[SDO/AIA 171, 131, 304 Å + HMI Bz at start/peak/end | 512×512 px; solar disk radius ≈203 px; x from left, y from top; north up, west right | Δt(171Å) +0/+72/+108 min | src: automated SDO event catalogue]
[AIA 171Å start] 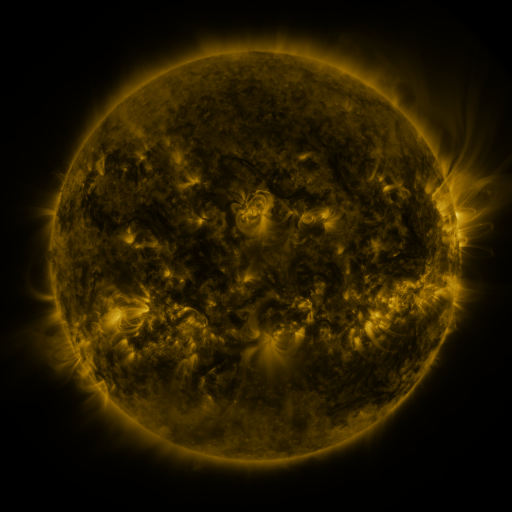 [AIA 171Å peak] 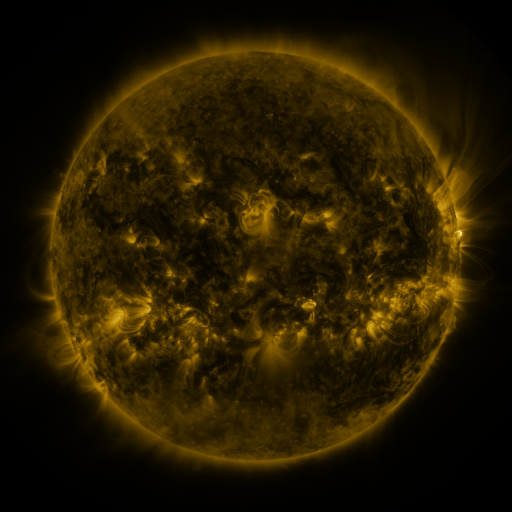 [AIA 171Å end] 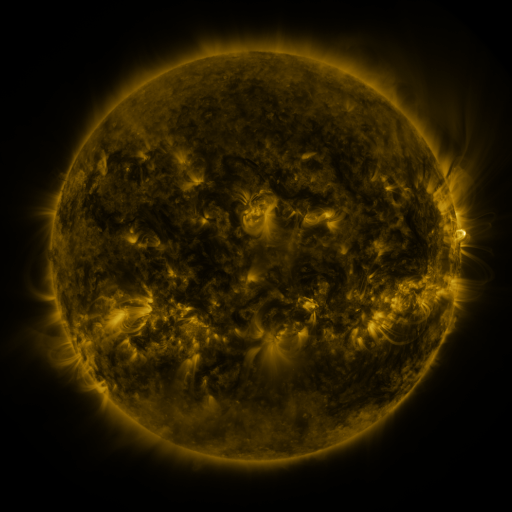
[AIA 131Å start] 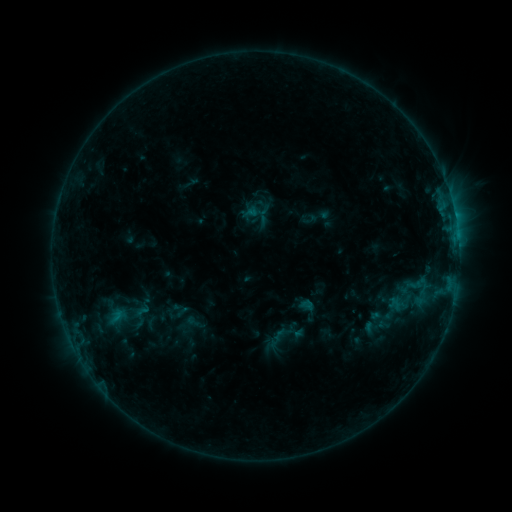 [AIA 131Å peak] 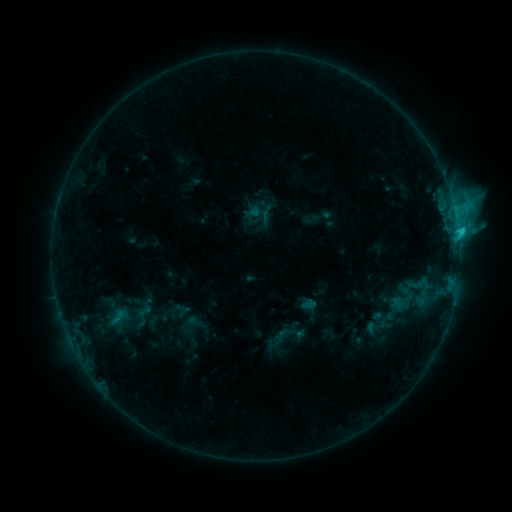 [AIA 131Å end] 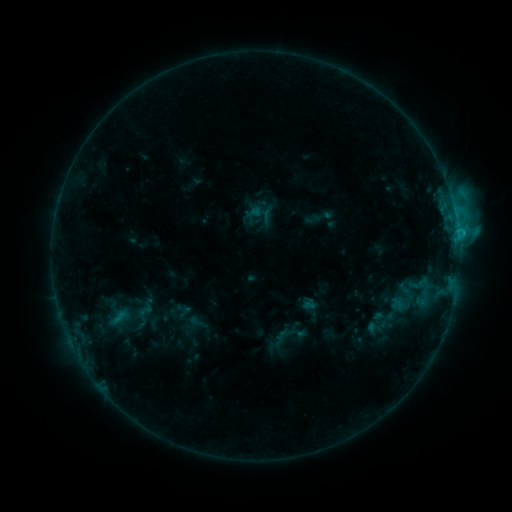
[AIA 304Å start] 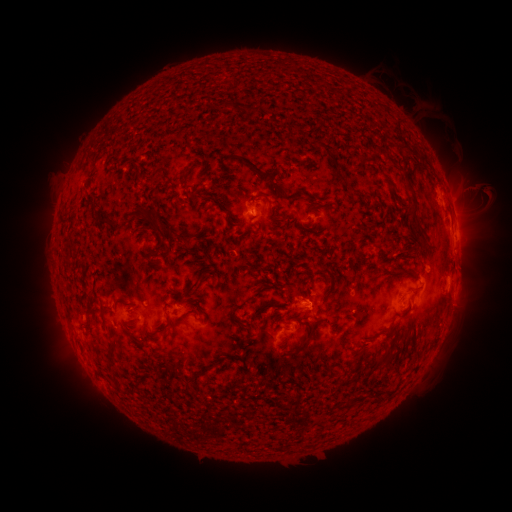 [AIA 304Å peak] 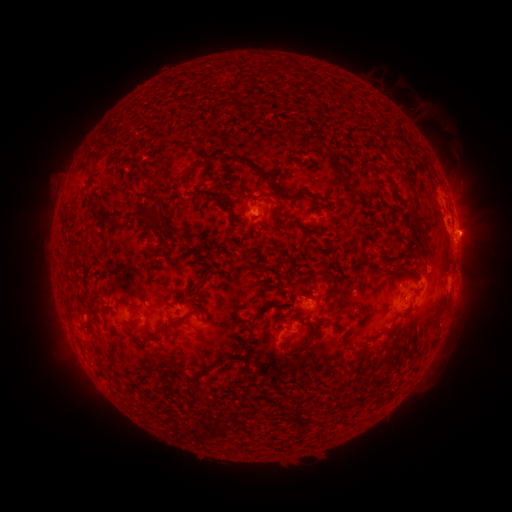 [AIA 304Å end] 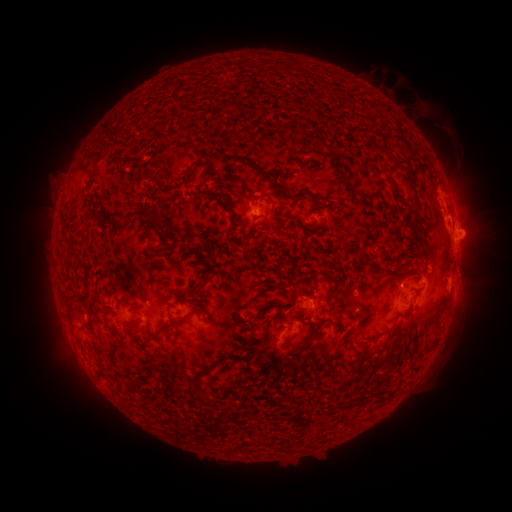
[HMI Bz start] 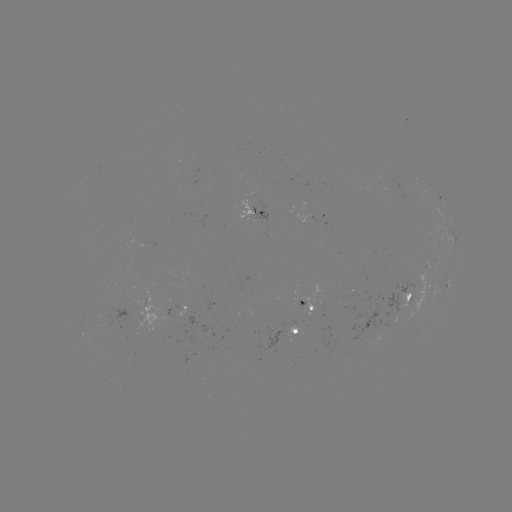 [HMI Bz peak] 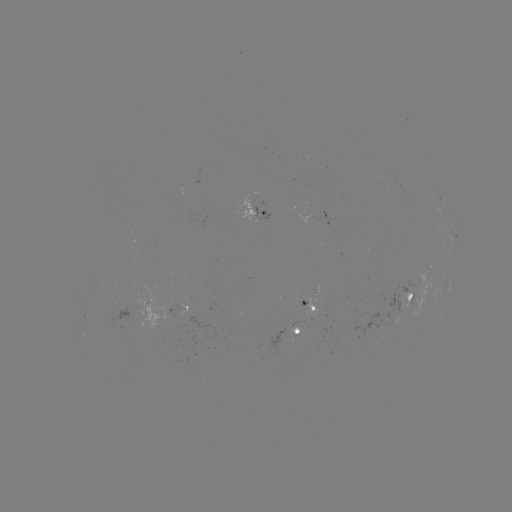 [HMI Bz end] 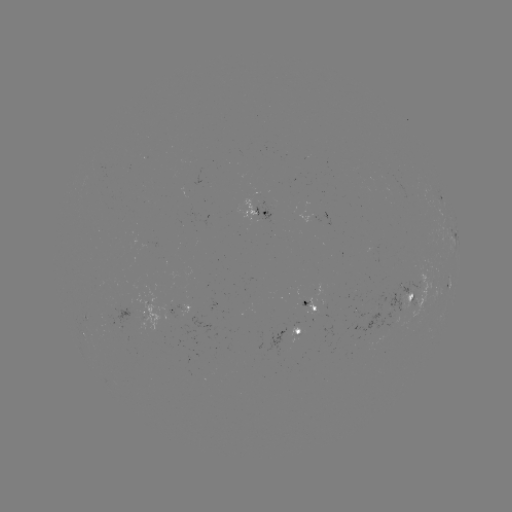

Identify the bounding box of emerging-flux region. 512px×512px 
[181, 271, 206, 290].